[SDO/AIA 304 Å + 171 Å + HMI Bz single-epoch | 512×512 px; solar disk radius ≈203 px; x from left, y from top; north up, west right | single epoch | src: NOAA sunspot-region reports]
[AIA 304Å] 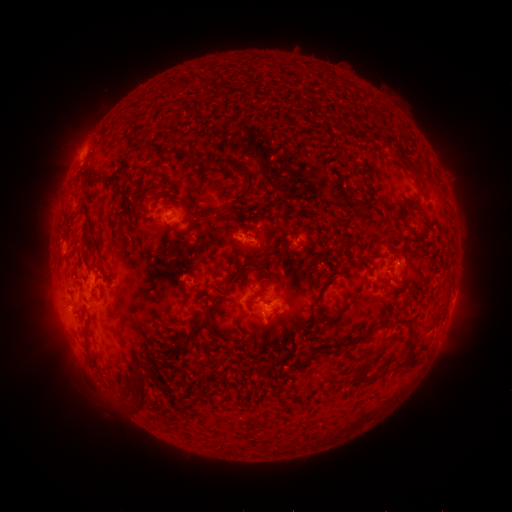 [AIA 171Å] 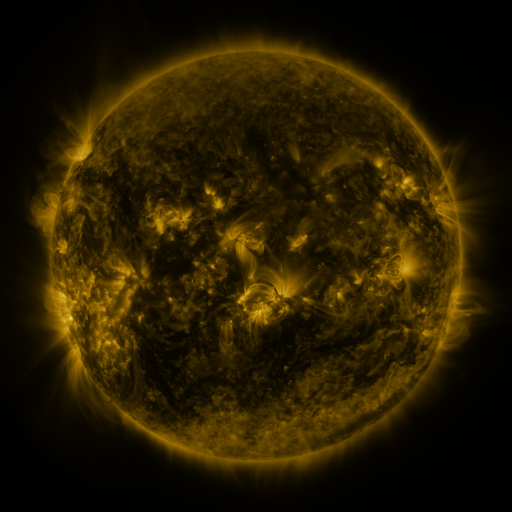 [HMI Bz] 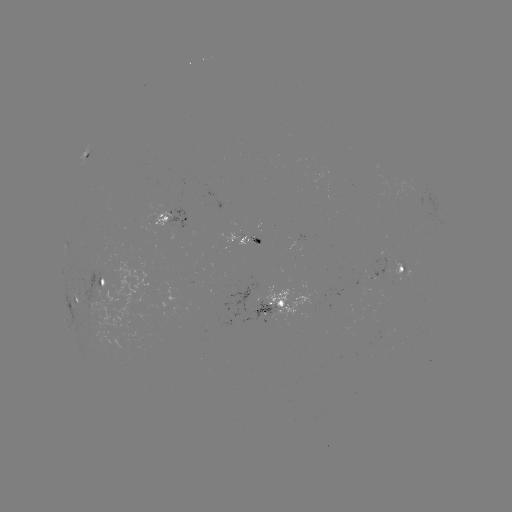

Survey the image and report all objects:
spotted active region: (86, 156)
spotted active region: (177, 218)
spotted active region: (245, 240)
spotted active region: (404, 265)
spotted active region: (92, 297)
spotted active region: (276, 310)
